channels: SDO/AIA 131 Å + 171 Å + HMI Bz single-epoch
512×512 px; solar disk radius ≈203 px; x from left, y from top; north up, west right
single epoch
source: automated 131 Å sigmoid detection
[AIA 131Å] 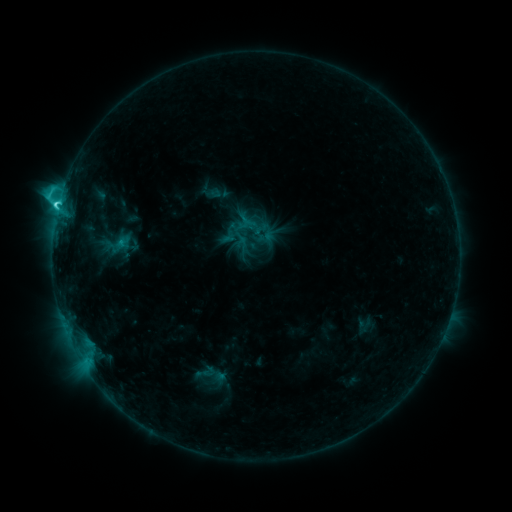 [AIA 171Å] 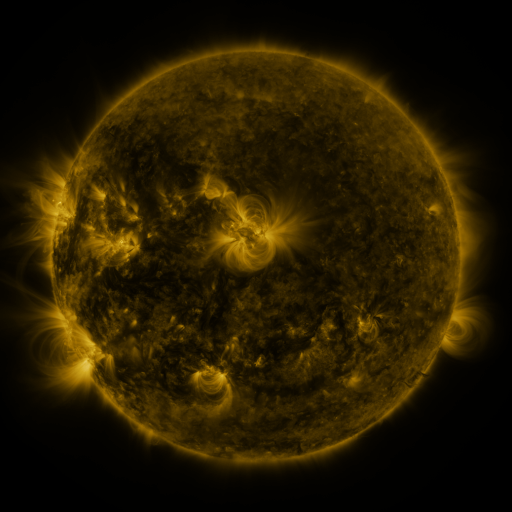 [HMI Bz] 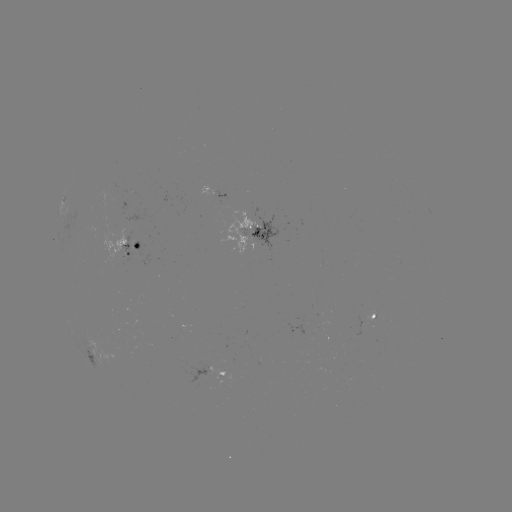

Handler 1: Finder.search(sigmoid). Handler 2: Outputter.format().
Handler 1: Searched sigmoid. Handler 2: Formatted (205, 372).